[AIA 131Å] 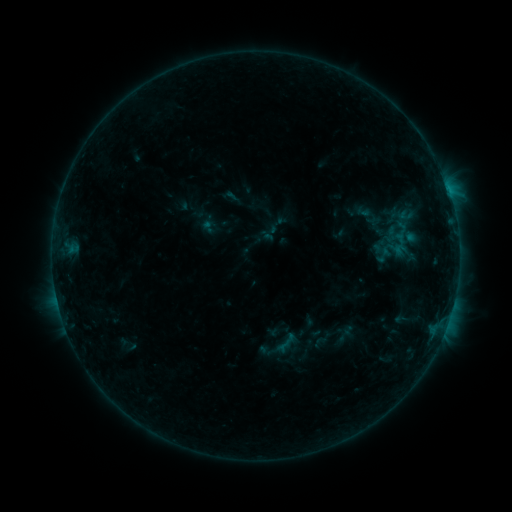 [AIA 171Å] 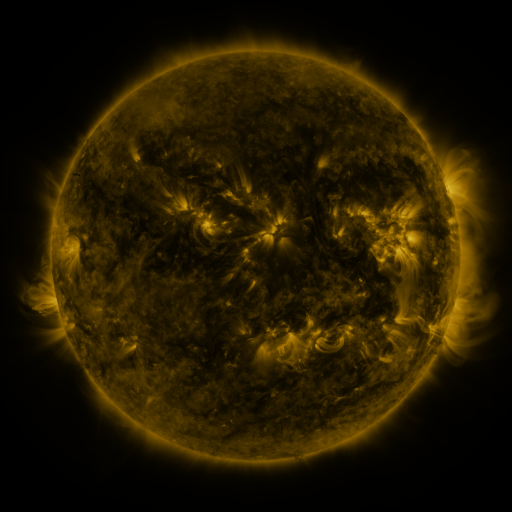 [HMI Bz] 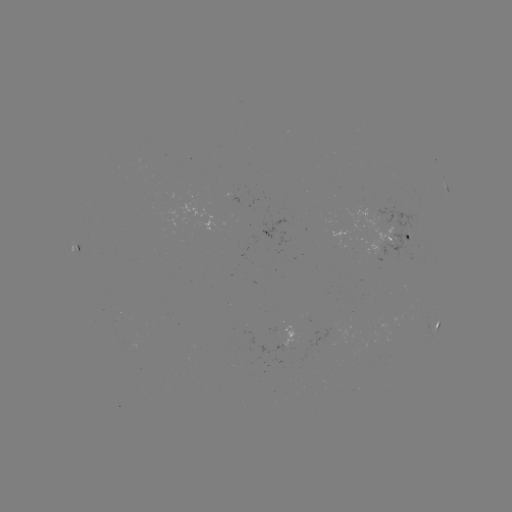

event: sigmoid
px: (384, 255)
